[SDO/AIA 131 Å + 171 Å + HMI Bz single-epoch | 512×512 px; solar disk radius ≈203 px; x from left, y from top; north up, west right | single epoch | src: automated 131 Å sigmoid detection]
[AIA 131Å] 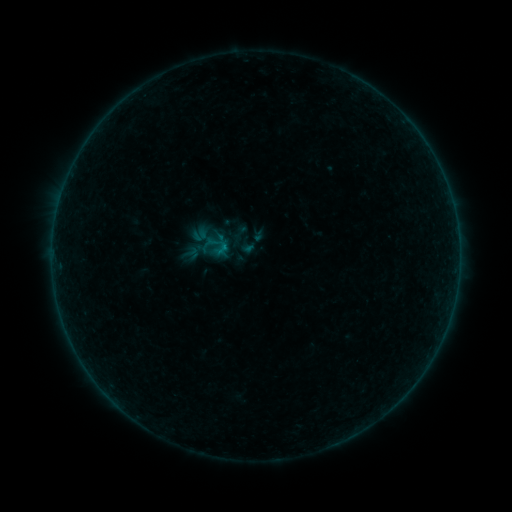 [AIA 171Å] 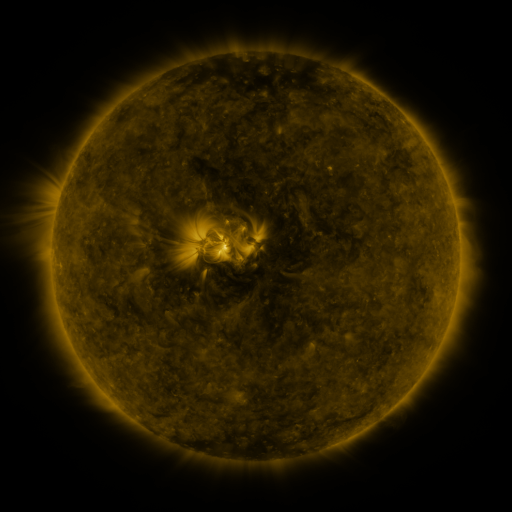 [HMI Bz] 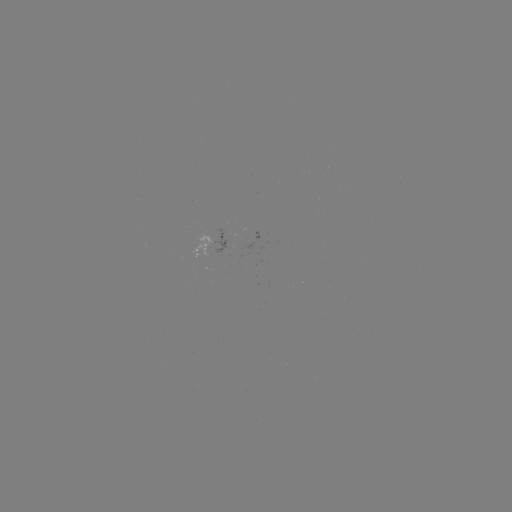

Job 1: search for sigmoid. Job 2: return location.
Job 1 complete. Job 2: (240, 232).